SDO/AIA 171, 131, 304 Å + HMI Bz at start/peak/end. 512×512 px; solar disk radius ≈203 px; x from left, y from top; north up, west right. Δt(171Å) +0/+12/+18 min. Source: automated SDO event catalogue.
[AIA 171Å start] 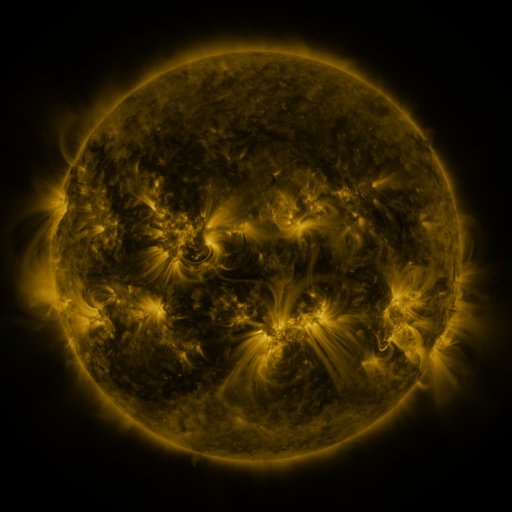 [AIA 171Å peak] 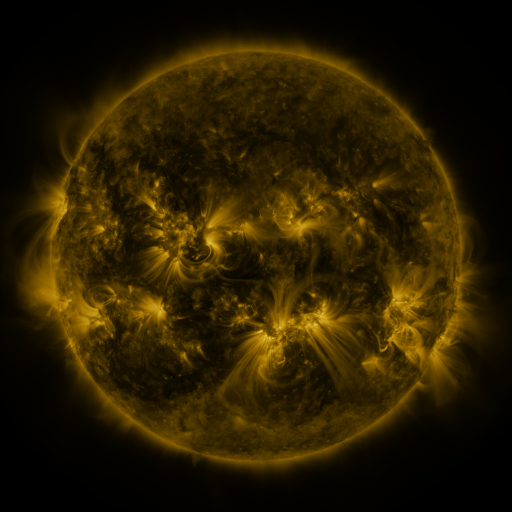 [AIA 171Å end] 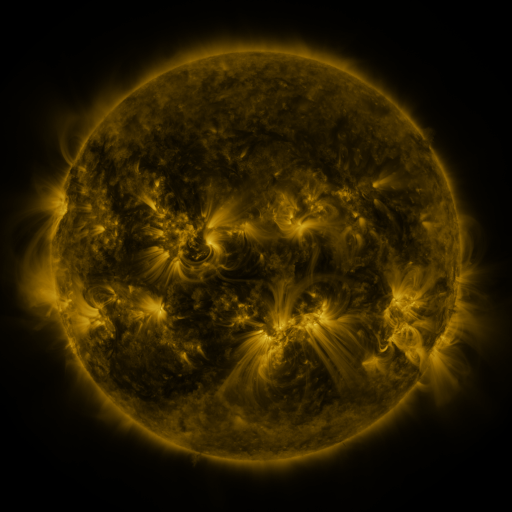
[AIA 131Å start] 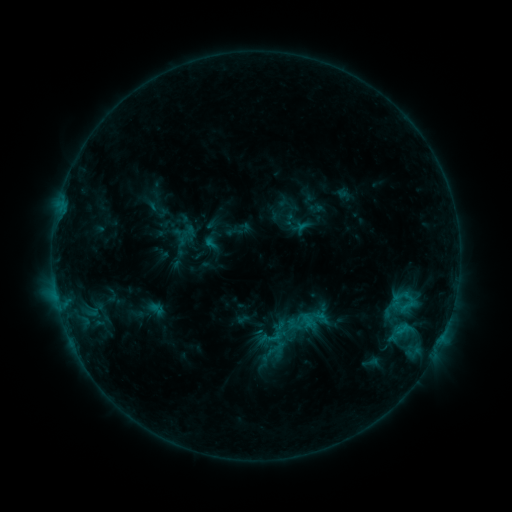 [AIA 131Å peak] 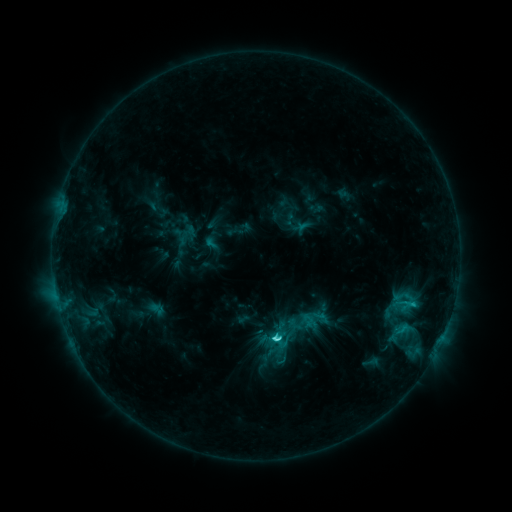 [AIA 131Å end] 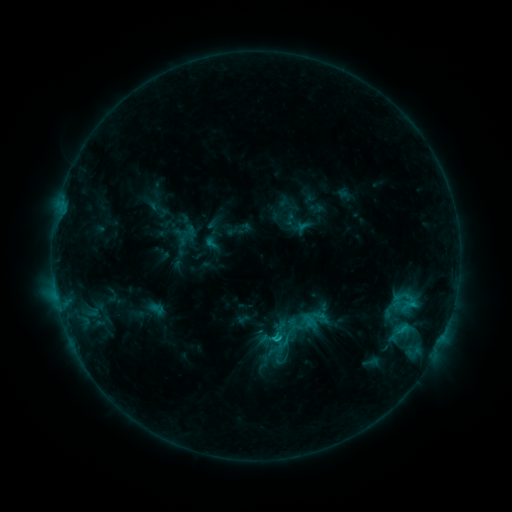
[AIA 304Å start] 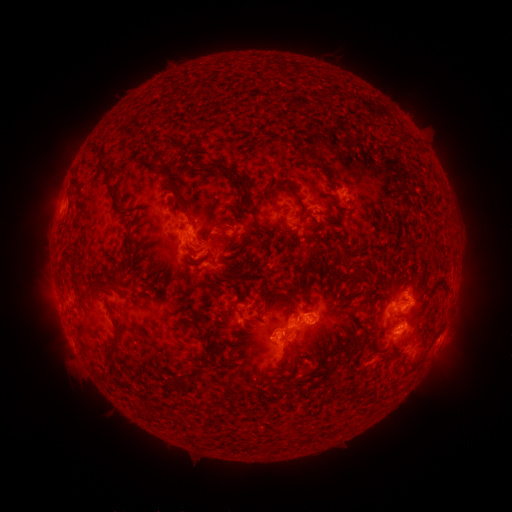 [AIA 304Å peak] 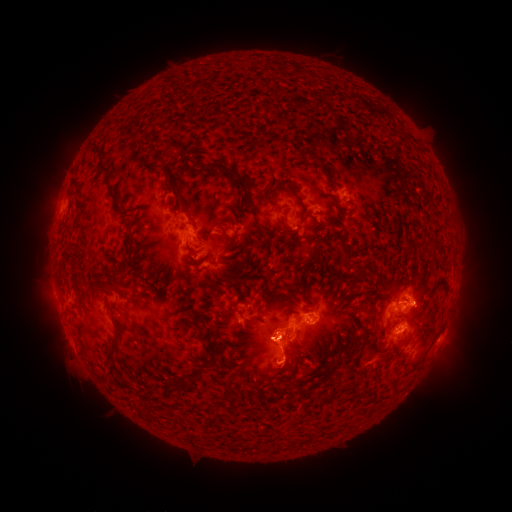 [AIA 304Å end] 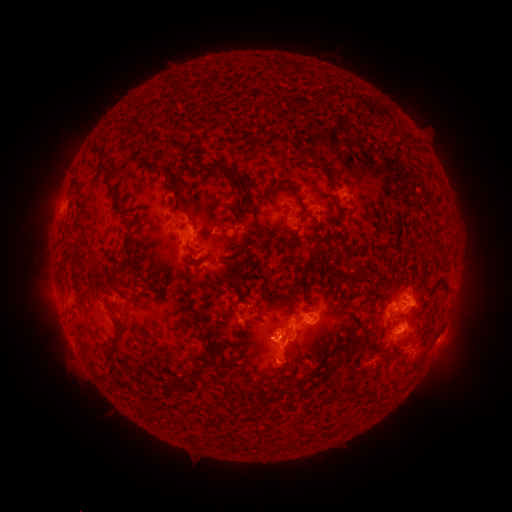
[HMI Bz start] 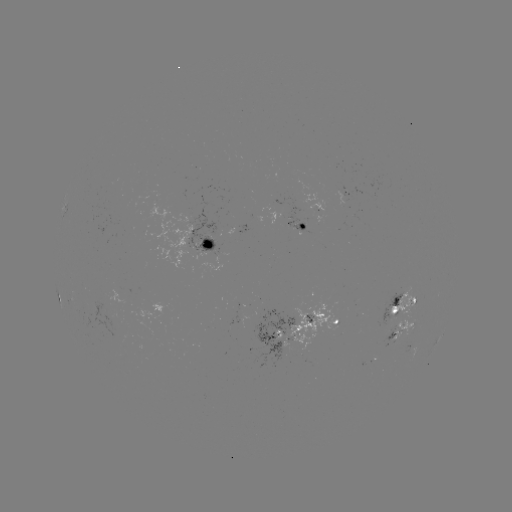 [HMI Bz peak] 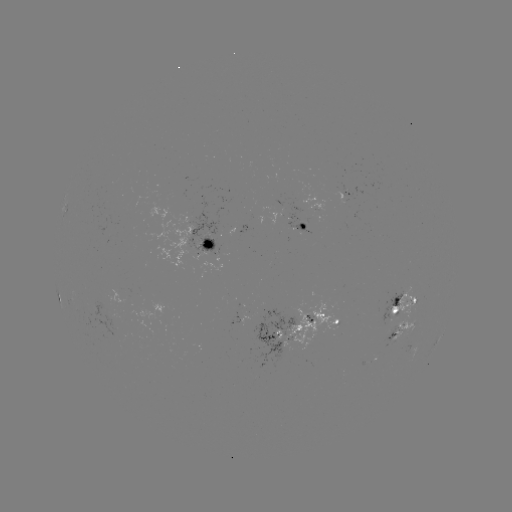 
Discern C3.0 flare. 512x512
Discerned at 272,337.